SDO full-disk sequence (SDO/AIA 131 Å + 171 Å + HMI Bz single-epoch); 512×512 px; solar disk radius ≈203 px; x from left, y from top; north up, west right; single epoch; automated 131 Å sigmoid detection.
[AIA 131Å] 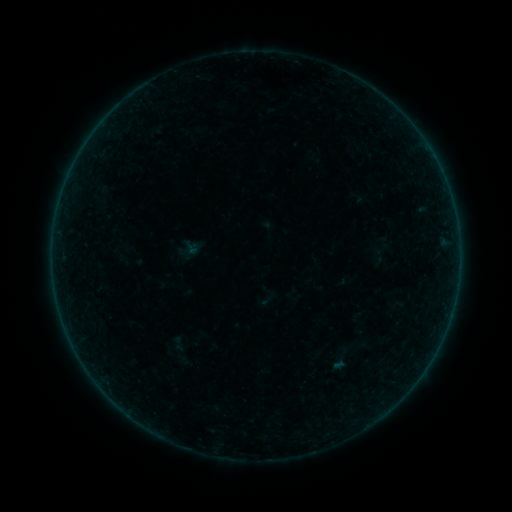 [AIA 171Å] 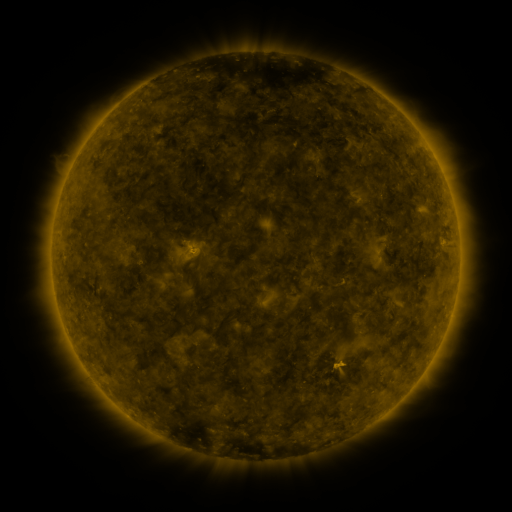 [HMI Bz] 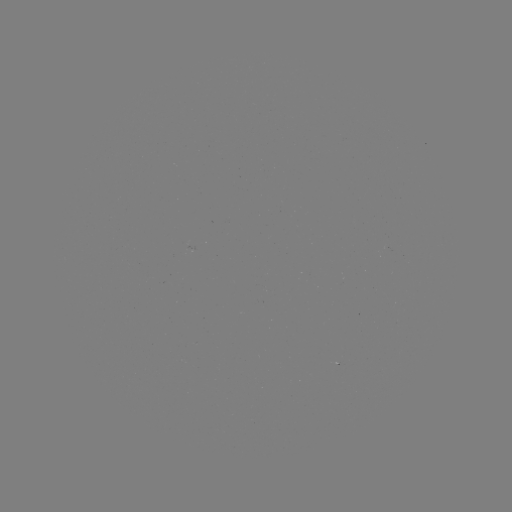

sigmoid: (180, 237, 201, 259)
